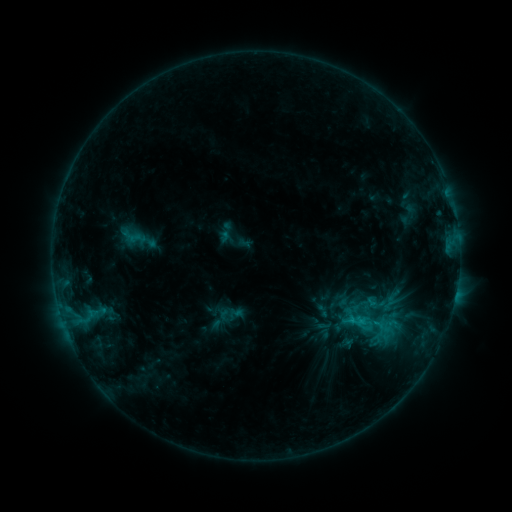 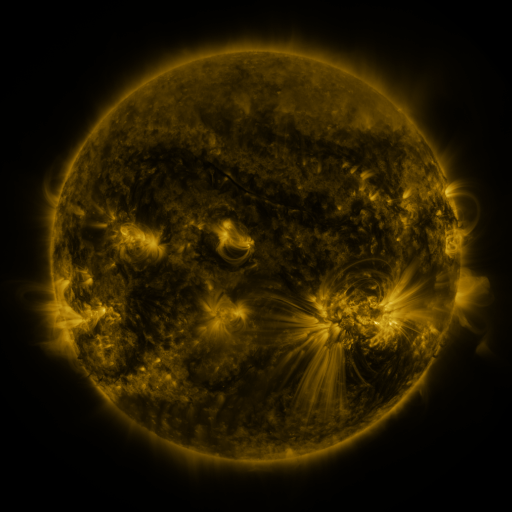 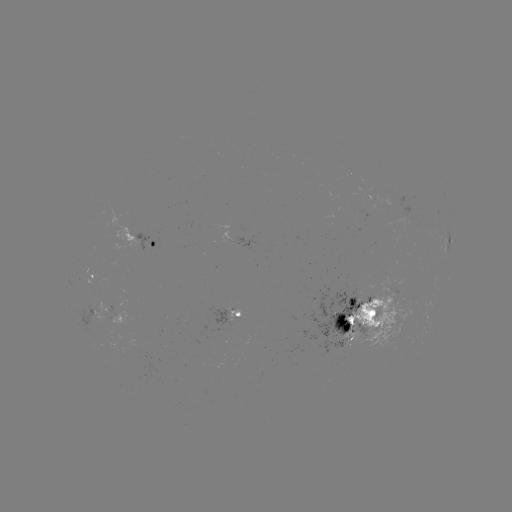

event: sigmoid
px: (356, 321)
